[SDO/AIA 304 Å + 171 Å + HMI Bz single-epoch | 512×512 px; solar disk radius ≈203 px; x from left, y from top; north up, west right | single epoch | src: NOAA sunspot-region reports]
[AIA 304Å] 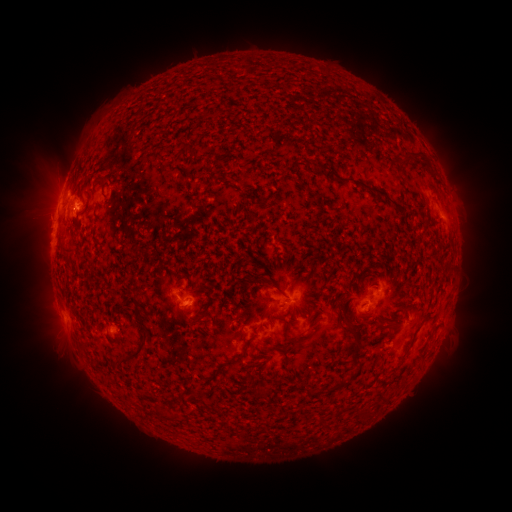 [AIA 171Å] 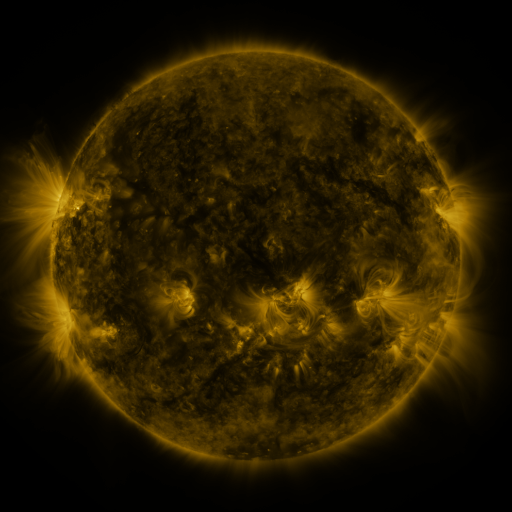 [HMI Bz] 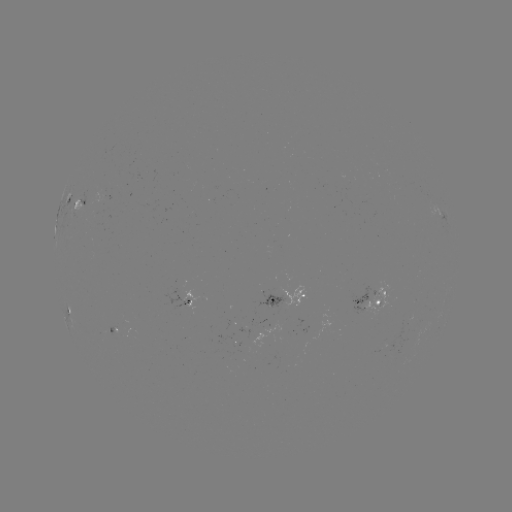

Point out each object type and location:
spotted active region: (79, 202)
spotted active region: (191, 296)
spotted active region: (293, 299)
spotted active region: (372, 300)
spotted active region: (73, 311)
